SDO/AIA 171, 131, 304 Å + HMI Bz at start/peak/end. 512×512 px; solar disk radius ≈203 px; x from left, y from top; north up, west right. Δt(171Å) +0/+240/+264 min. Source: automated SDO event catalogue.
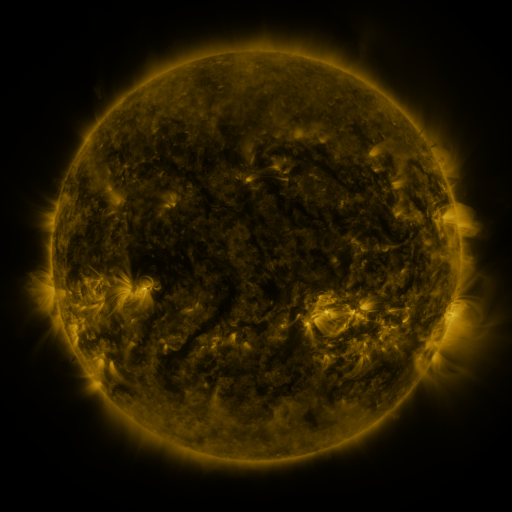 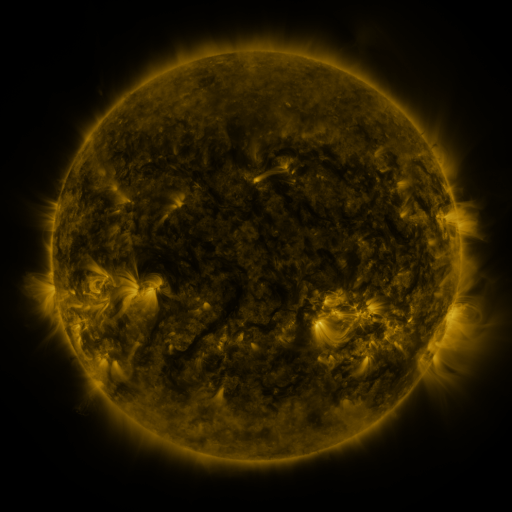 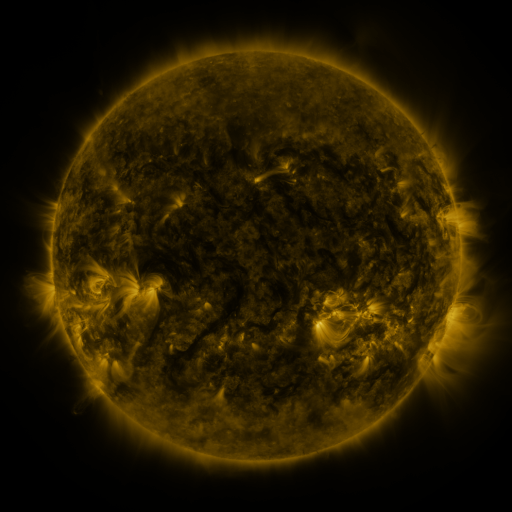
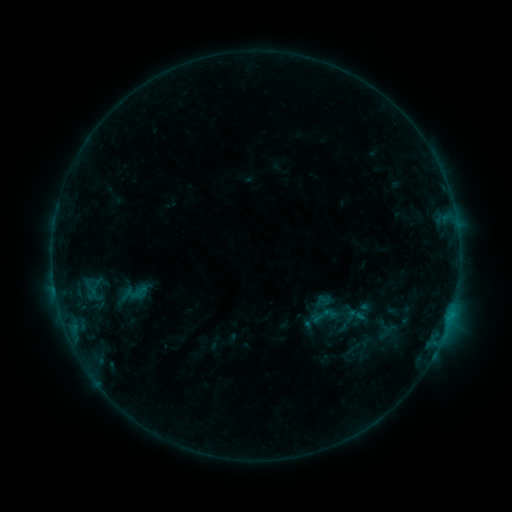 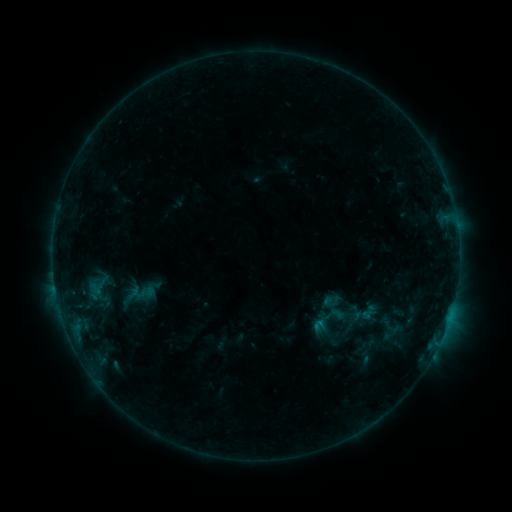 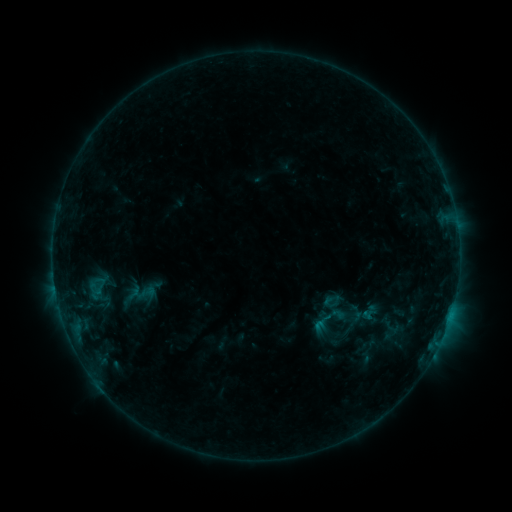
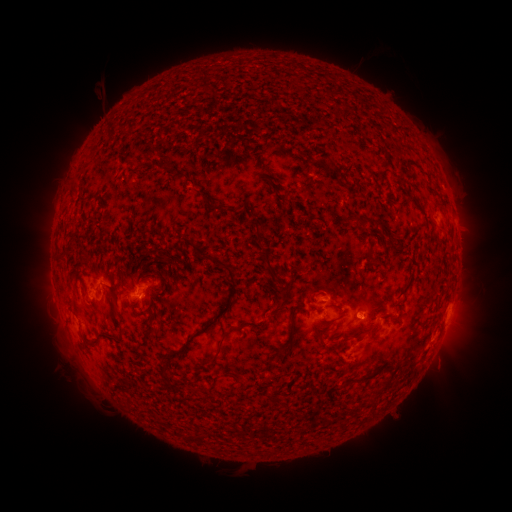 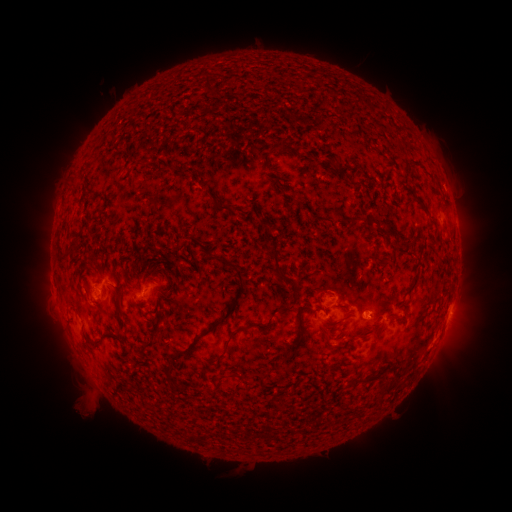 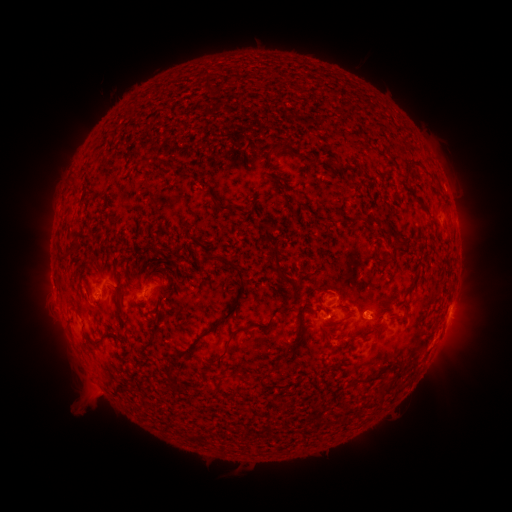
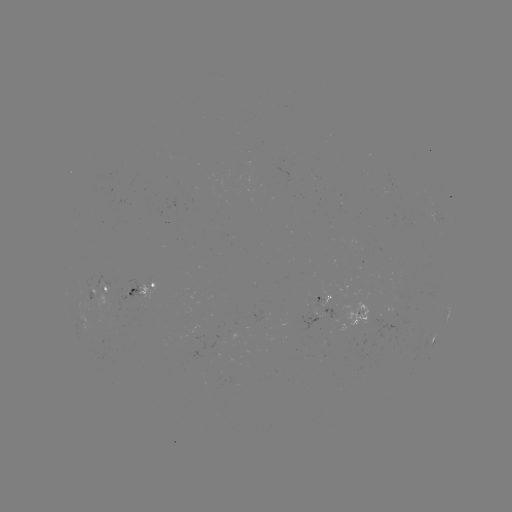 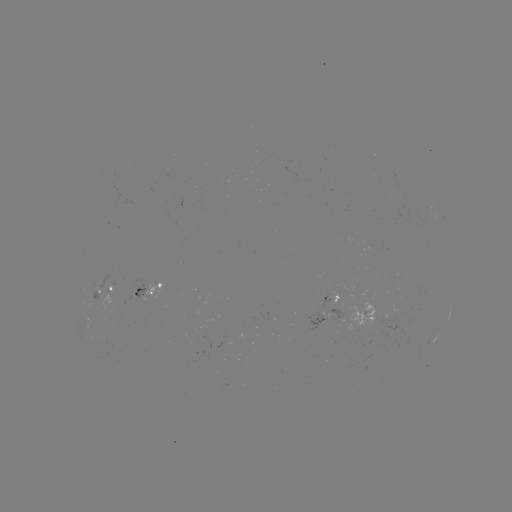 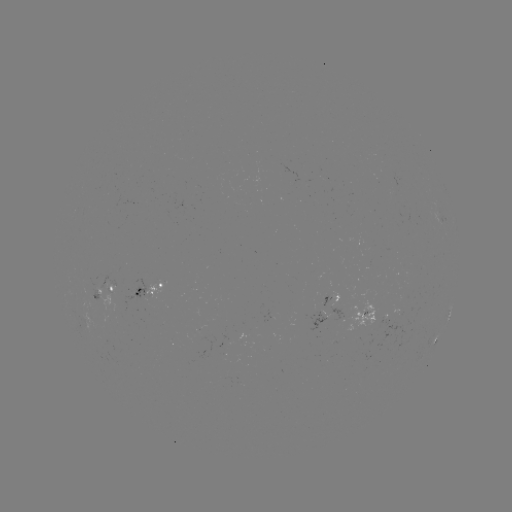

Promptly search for emerging-flux region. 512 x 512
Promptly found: [326, 295].